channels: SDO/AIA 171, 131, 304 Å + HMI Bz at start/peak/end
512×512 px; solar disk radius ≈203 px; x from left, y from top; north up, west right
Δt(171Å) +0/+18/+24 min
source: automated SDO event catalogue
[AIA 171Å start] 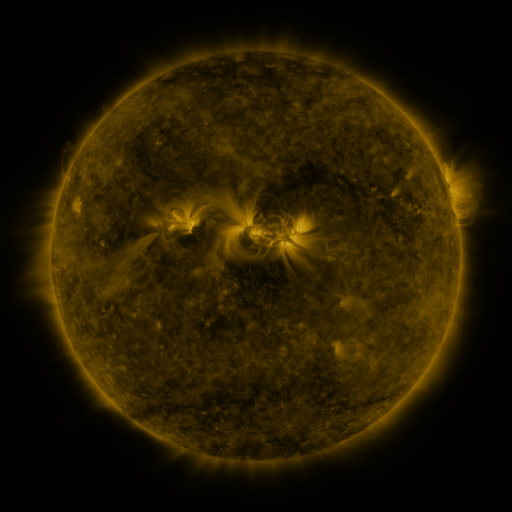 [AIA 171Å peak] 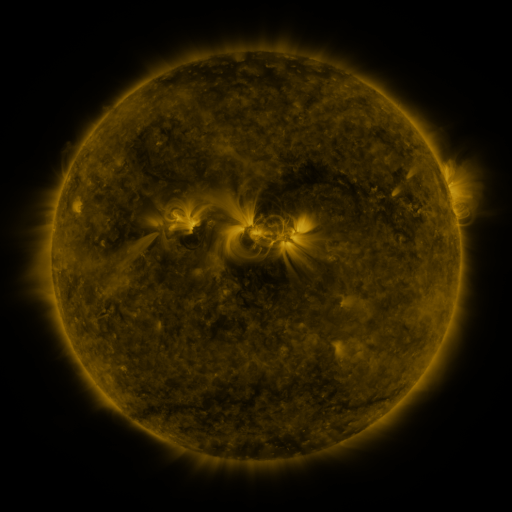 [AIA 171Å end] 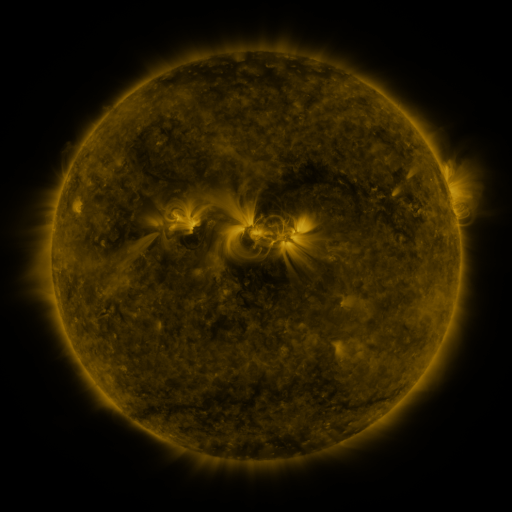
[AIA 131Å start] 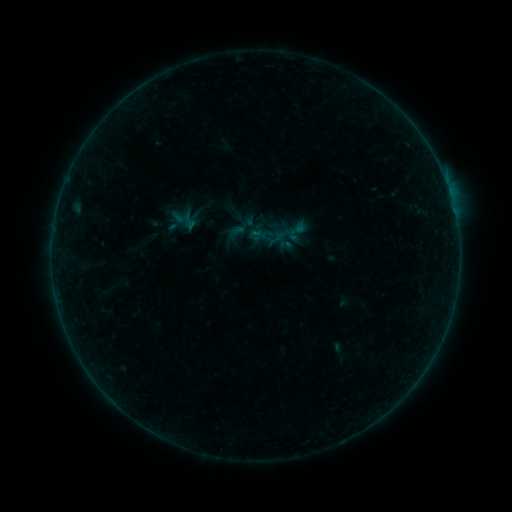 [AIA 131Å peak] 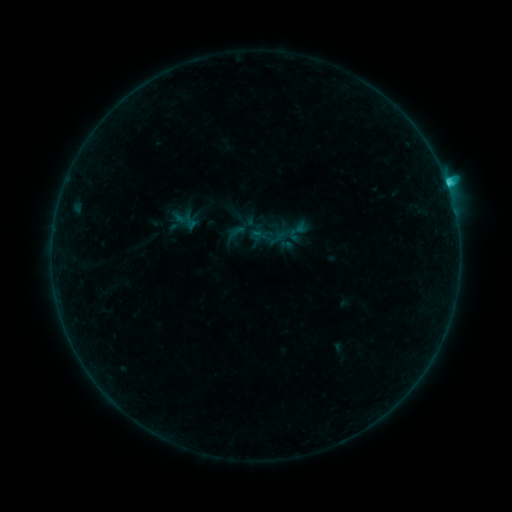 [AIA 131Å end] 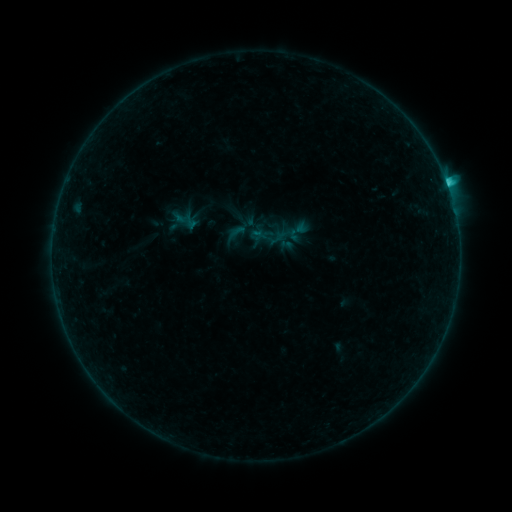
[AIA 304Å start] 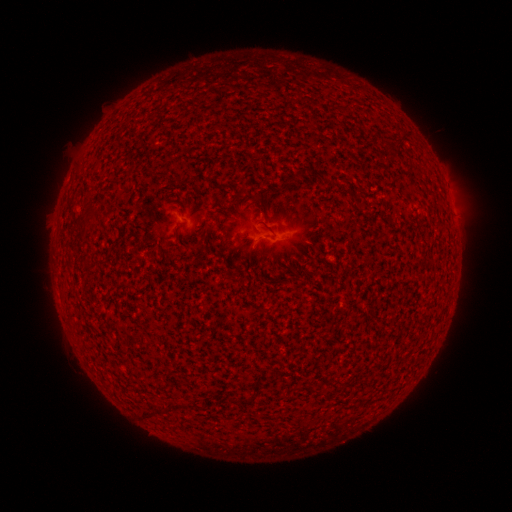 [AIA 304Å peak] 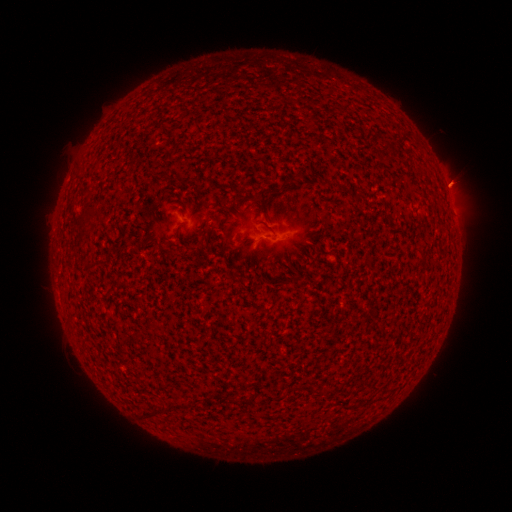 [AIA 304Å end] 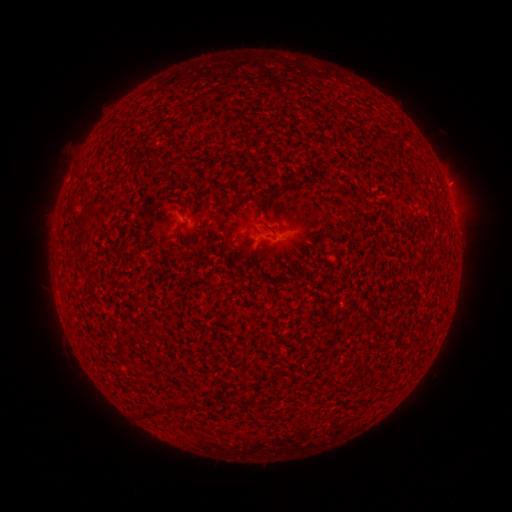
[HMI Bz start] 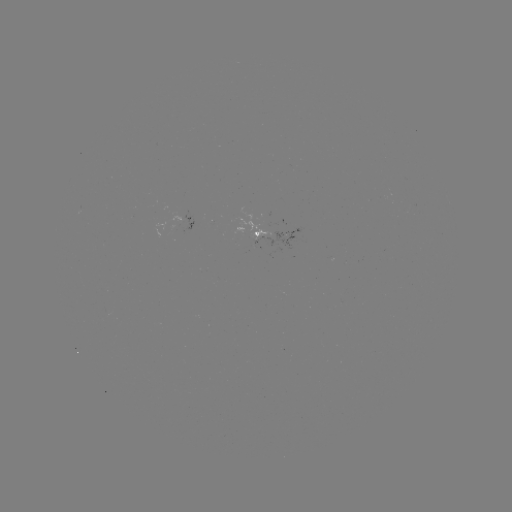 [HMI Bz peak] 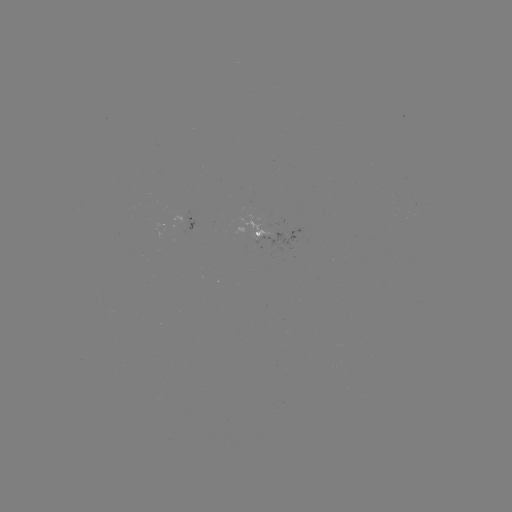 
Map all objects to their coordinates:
C1.2 flare: (446, 186)
